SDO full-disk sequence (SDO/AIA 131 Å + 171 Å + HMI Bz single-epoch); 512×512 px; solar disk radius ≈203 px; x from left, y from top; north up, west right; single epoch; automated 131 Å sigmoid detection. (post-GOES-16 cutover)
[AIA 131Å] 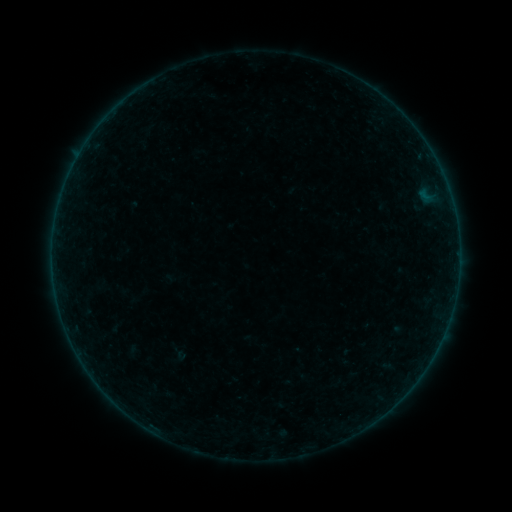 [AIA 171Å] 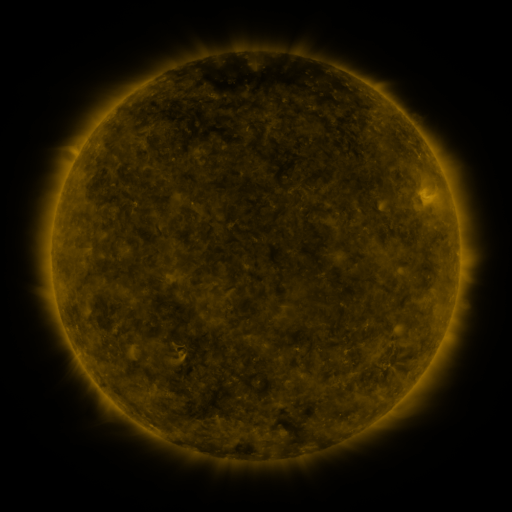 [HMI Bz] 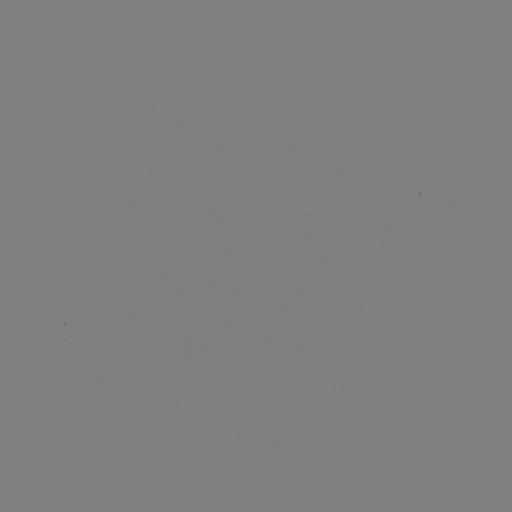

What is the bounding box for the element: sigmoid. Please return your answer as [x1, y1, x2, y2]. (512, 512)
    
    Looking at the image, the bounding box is [163, 340, 192, 364].